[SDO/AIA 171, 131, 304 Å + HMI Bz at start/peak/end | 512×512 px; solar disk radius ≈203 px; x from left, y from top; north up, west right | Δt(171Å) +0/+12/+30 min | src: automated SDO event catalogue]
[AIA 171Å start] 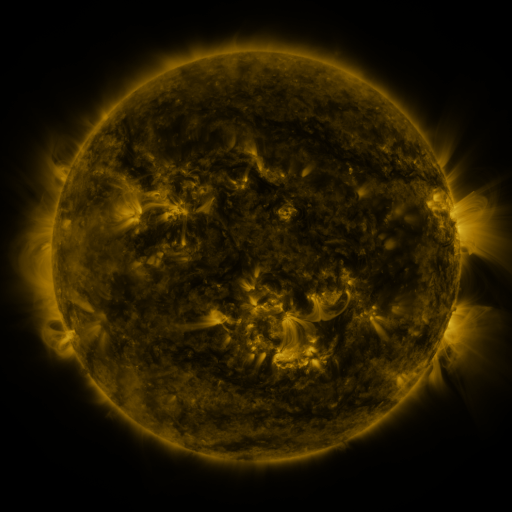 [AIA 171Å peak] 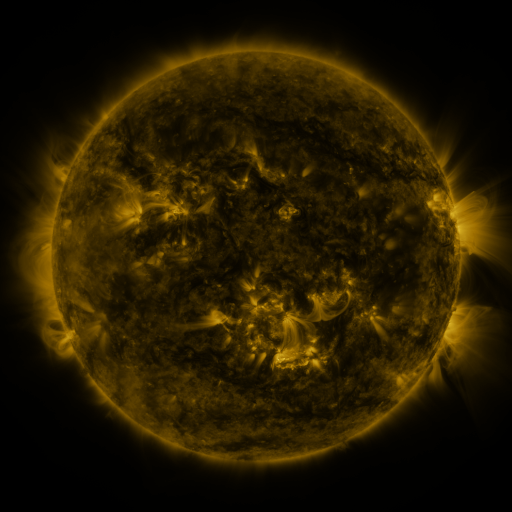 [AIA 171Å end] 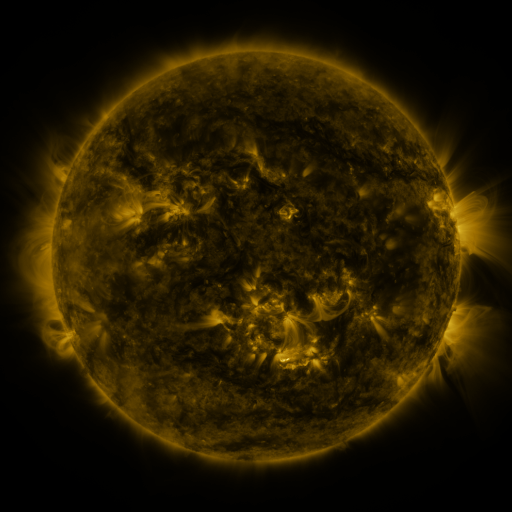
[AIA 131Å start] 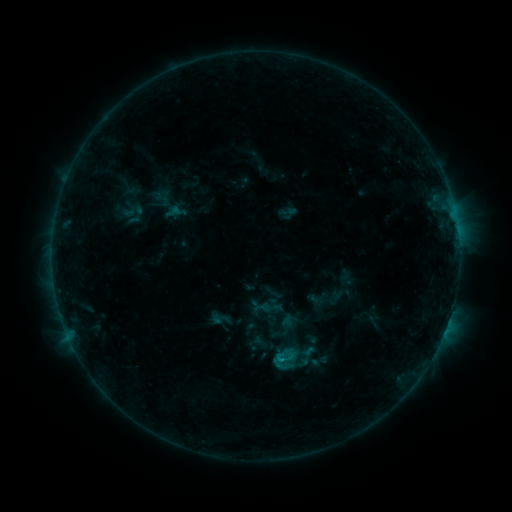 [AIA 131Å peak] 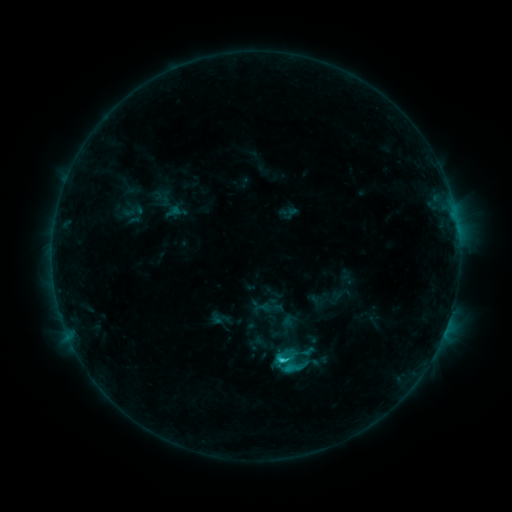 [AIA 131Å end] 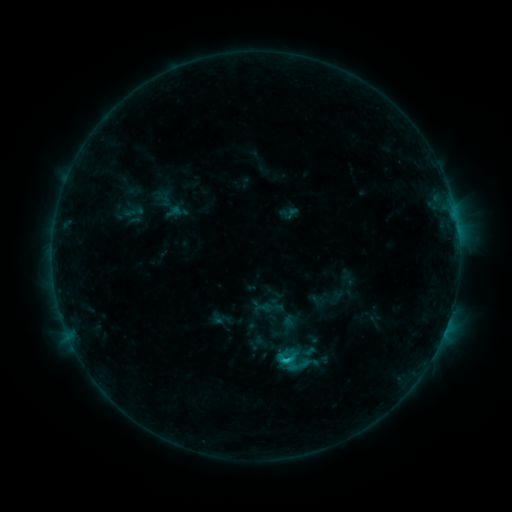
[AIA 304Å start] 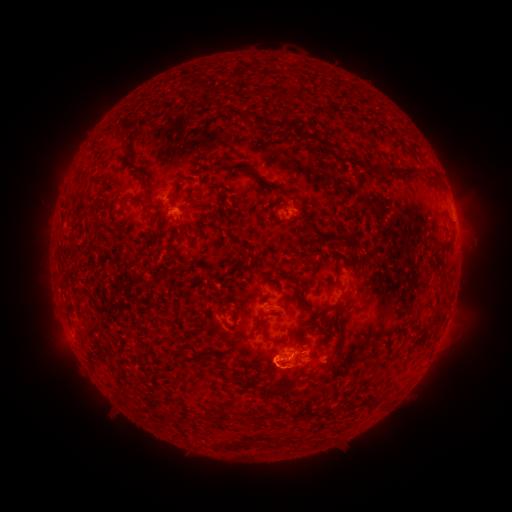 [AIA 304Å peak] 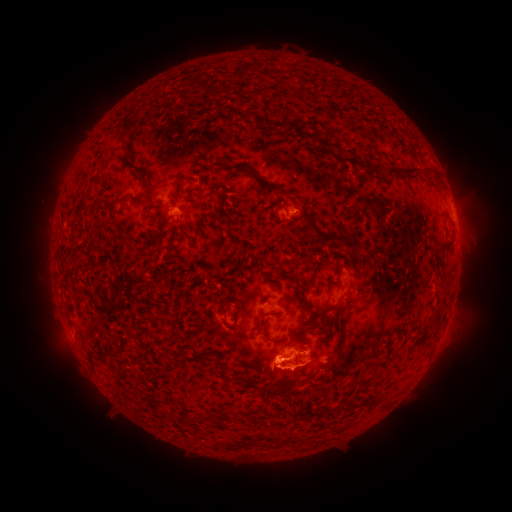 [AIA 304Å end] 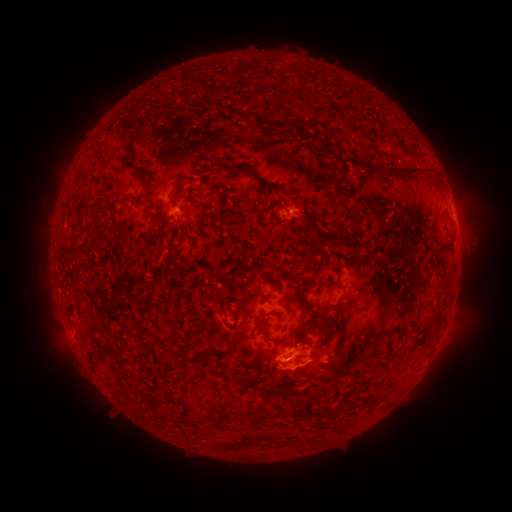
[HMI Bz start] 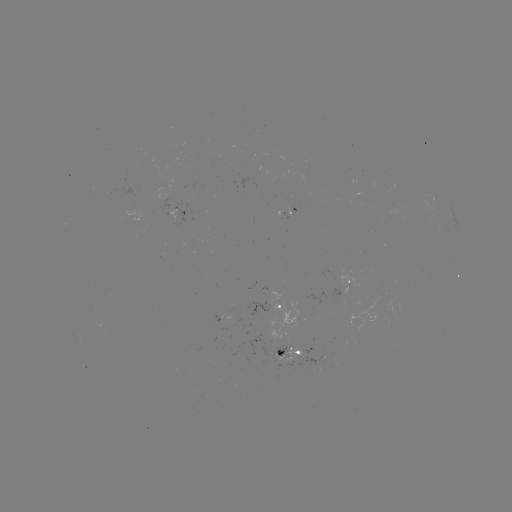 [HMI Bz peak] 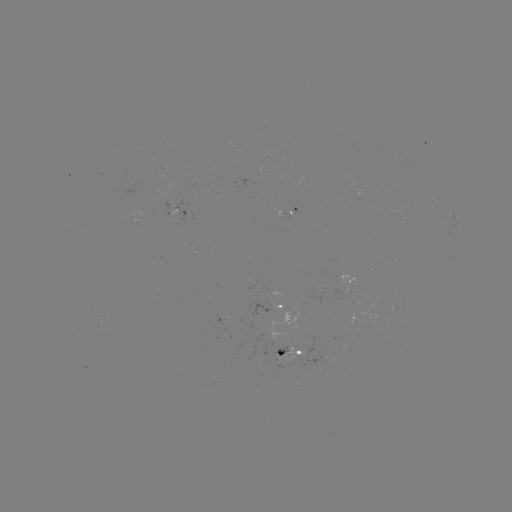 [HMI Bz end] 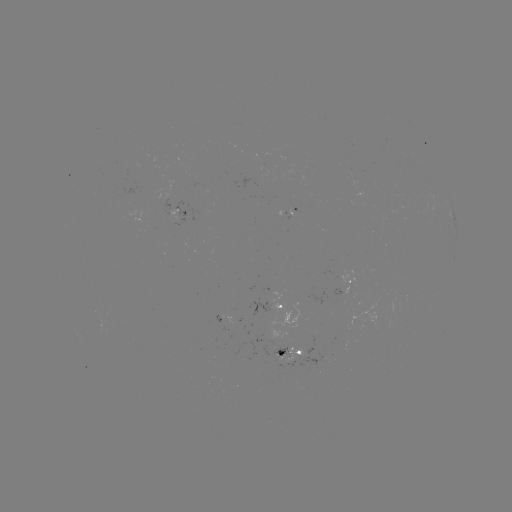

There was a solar flare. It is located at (280, 359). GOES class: C1.8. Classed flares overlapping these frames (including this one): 1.